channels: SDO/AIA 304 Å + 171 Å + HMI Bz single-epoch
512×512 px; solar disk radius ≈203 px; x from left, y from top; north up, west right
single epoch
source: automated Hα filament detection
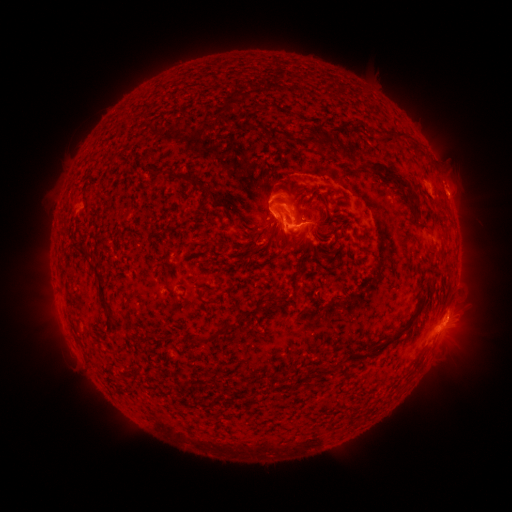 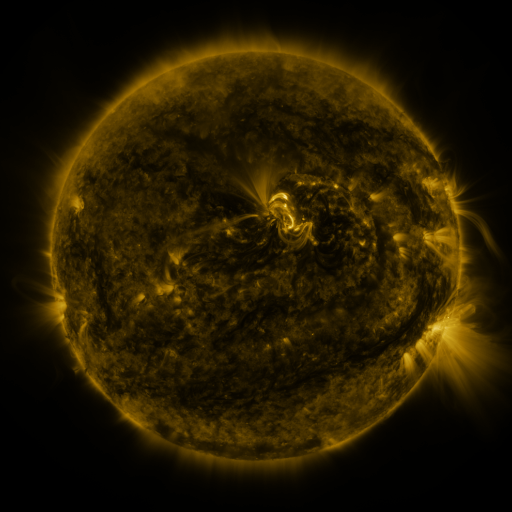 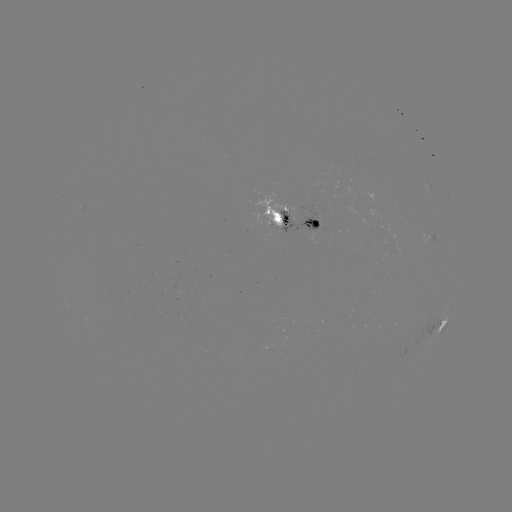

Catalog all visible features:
filament: [350, 118, 361, 128]
filament: [244, 123, 260, 132]
filament: [265, 127, 318, 145]
filament: [386, 128, 409, 138]
filament: [340, 145, 355, 158]
filament: [366, 159, 410, 188]
filament: [146, 171, 162, 190]
filament: [211, 201, 223, 211]
filament: [293, 210, 300, 221]
filament: [278, 227, 289, 248]
filament: [298, 228, 306, 241]
filament: [306, 237, 316, 253]
filament: [244, 243, 253, 252]
filament: [77, 249, 88, 261]
filament: [88, 263, 110, 314]
filament: [203, 300, 215, 306]
filament: [195, 311, 246, 345]
